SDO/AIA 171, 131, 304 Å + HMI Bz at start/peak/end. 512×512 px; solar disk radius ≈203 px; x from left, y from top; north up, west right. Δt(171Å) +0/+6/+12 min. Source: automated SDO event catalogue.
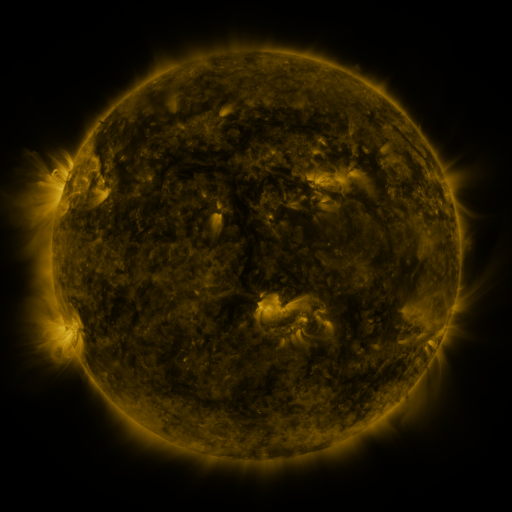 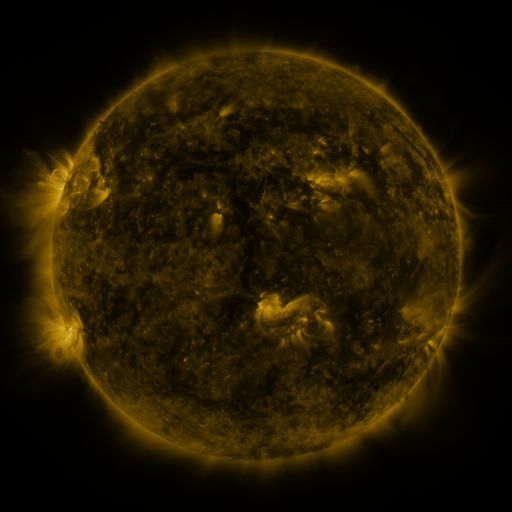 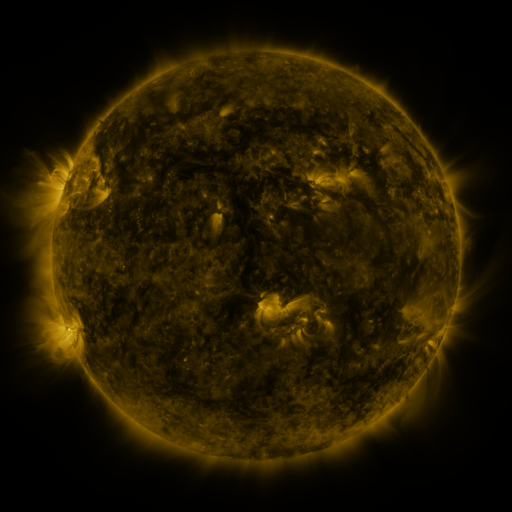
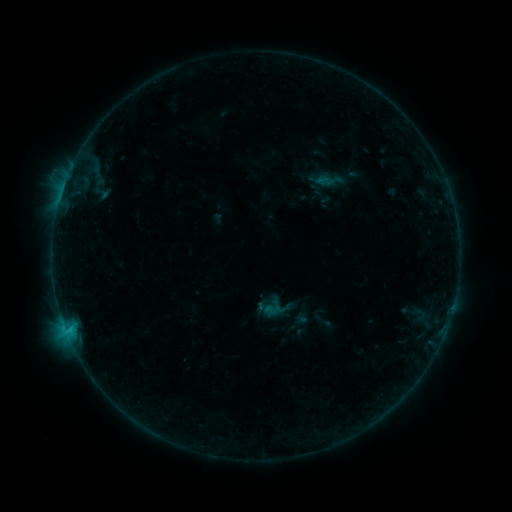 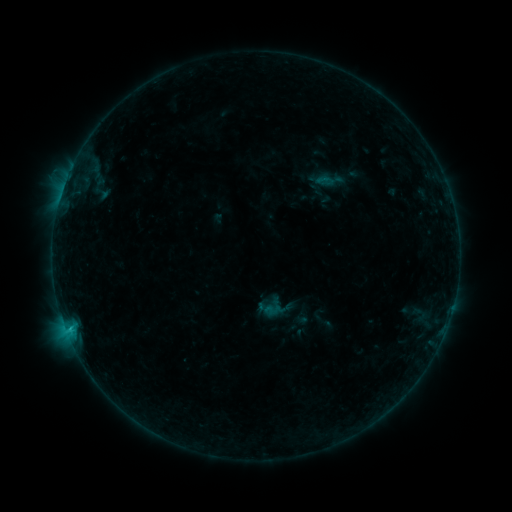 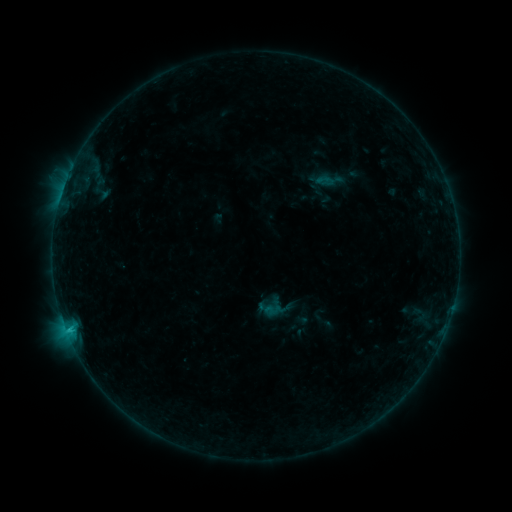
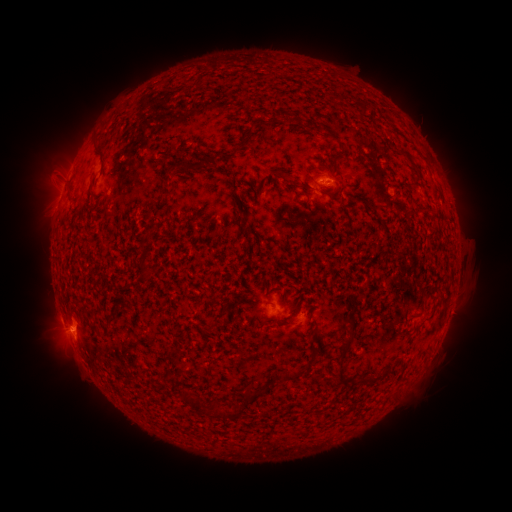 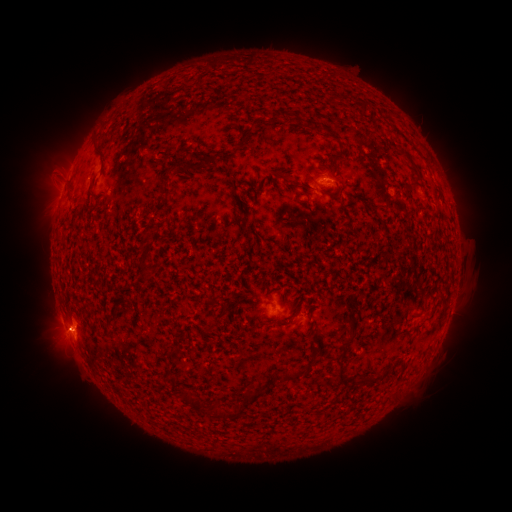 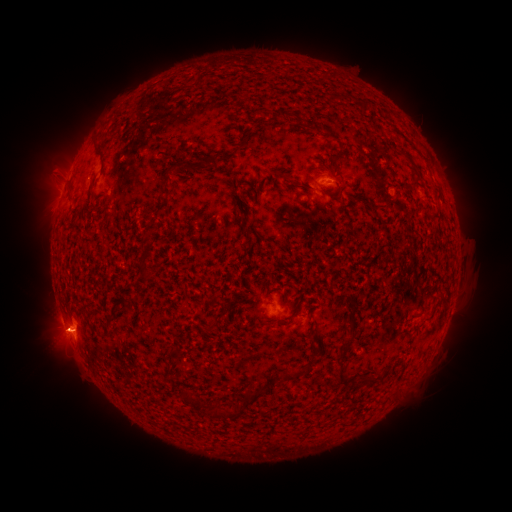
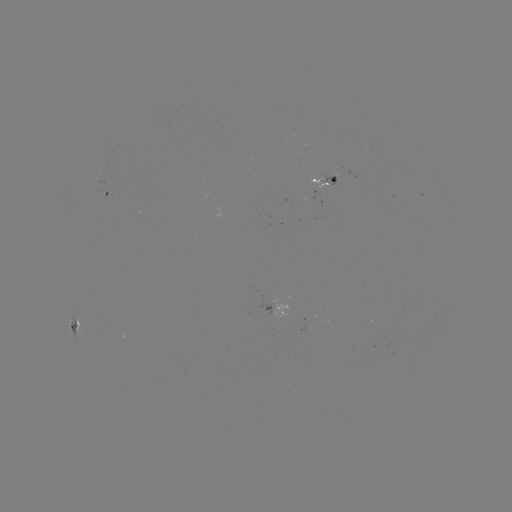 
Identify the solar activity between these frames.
C1.4 flare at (69, 324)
